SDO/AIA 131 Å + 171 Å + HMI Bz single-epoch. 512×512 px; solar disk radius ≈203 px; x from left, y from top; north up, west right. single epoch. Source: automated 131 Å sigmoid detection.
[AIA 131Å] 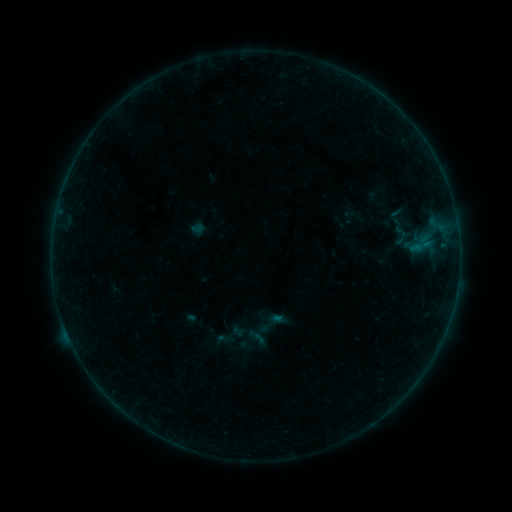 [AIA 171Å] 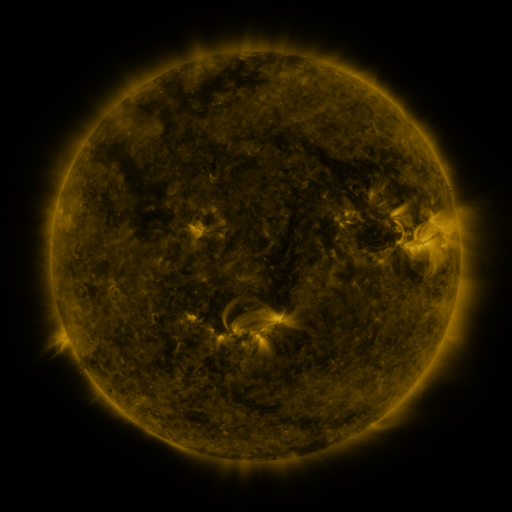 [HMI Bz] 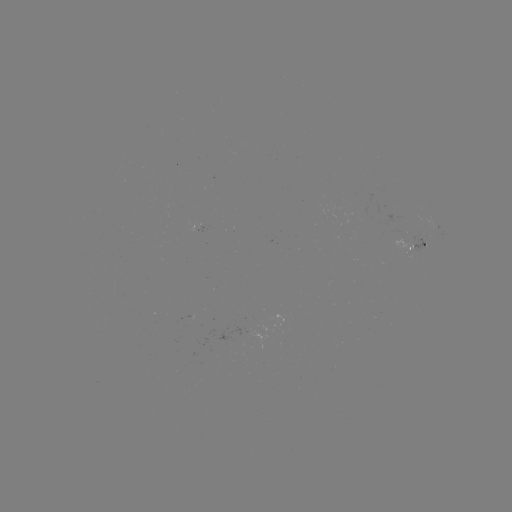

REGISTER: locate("sigmoid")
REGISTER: (272, 323)